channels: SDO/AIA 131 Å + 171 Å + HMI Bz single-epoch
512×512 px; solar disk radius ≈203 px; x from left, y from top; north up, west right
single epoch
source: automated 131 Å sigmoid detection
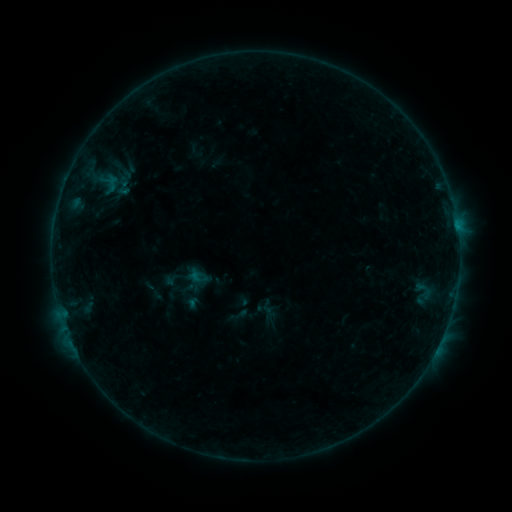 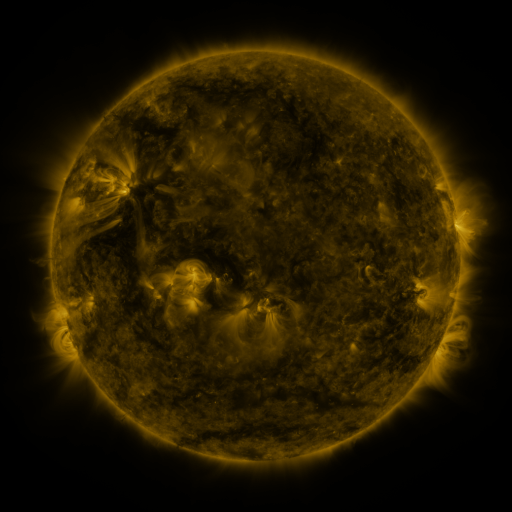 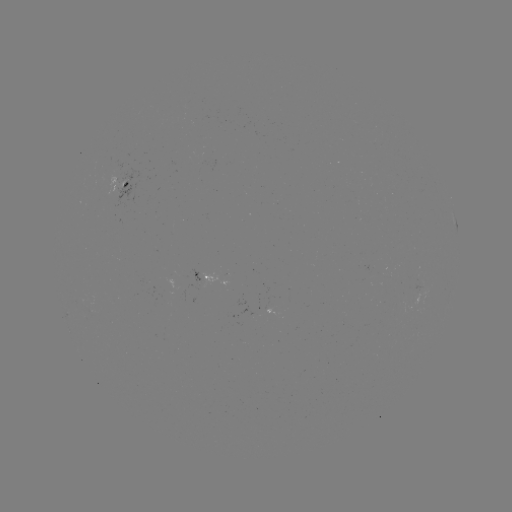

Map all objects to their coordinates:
sigmoid: <bbox>188, 267, 209, 286</bbox>
